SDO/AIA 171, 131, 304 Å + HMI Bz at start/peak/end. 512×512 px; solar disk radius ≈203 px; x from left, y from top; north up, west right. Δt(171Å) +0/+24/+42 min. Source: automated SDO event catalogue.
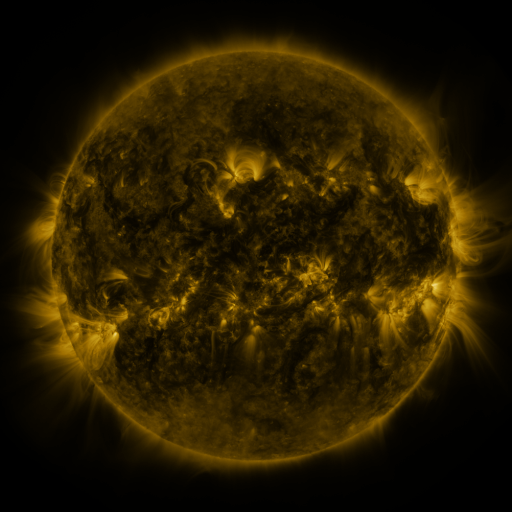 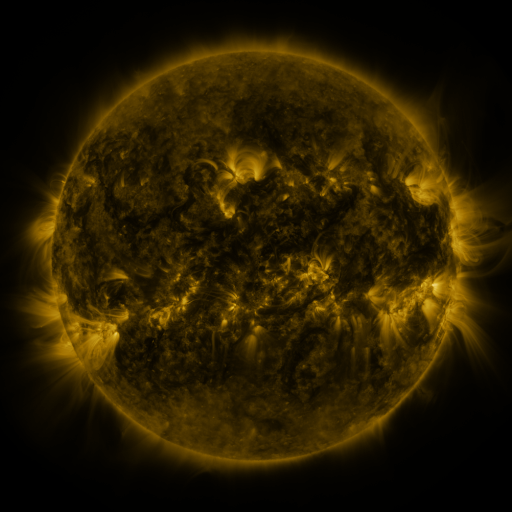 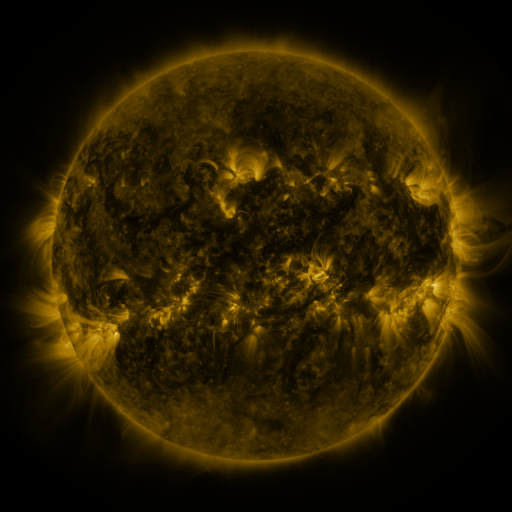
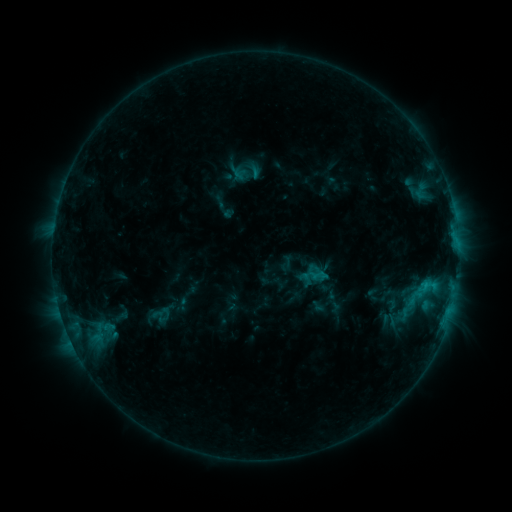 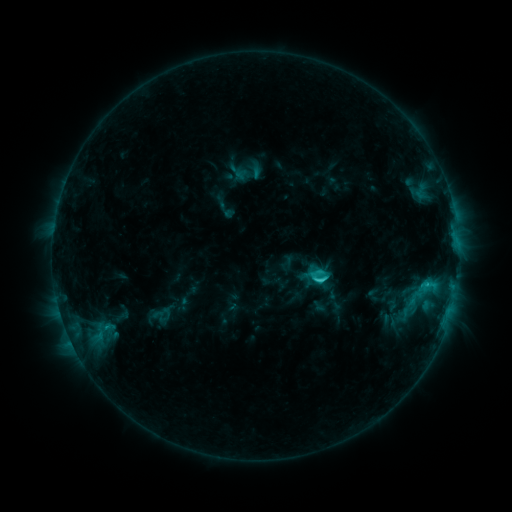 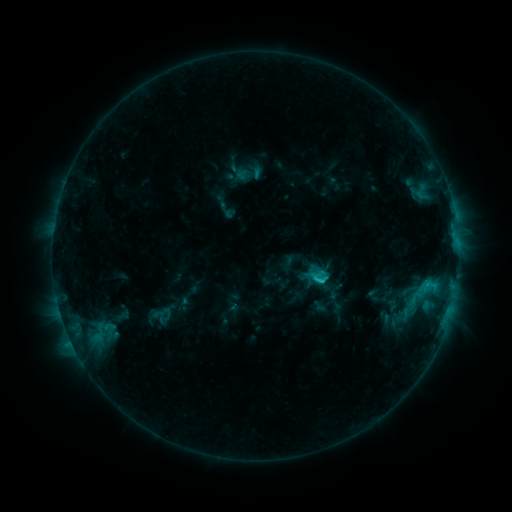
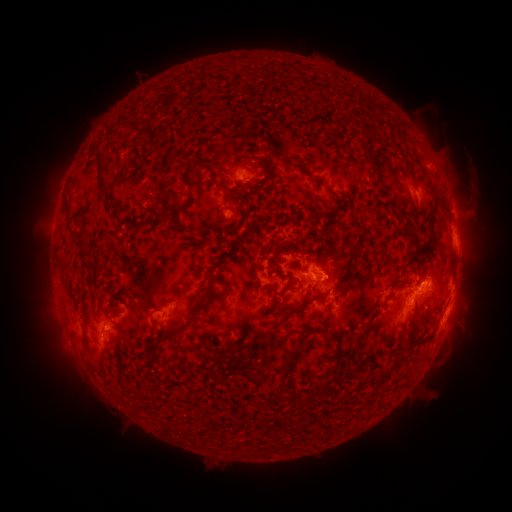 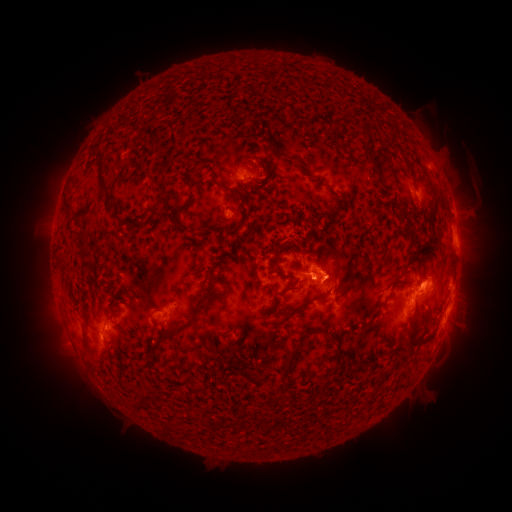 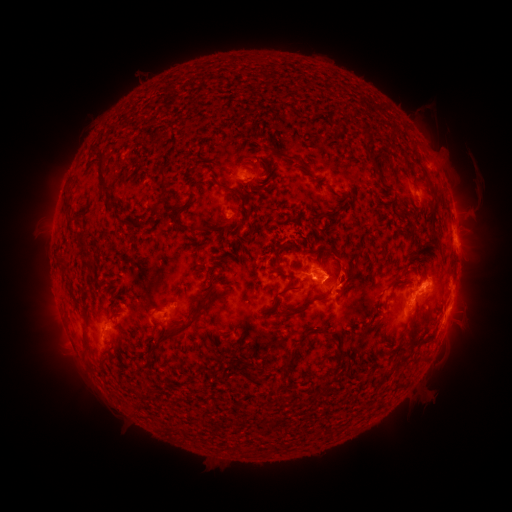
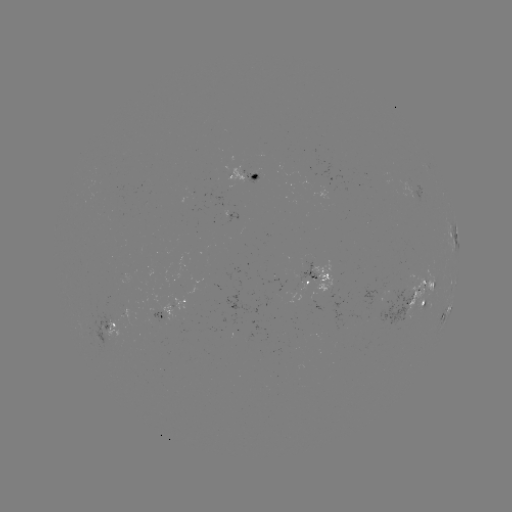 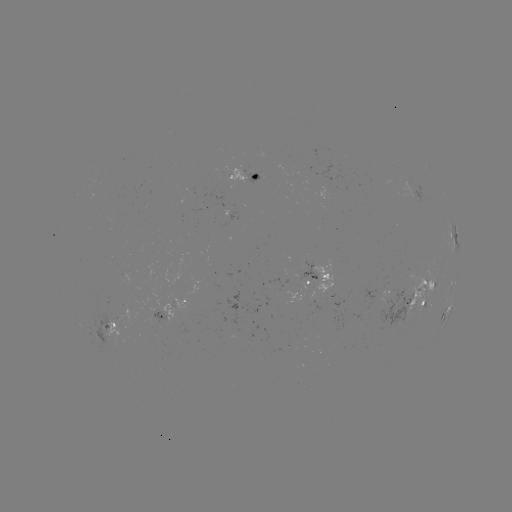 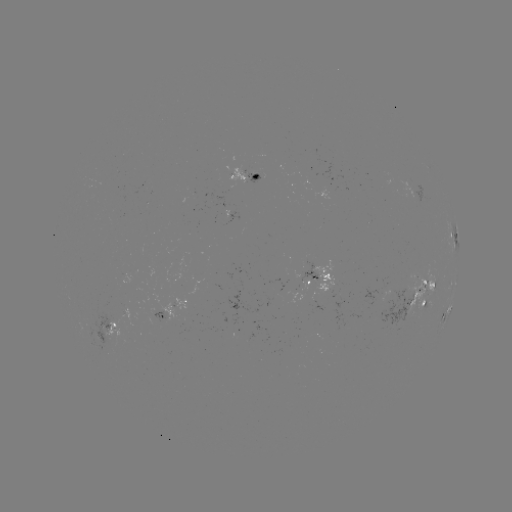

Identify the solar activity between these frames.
C3.0 flare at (317, 278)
